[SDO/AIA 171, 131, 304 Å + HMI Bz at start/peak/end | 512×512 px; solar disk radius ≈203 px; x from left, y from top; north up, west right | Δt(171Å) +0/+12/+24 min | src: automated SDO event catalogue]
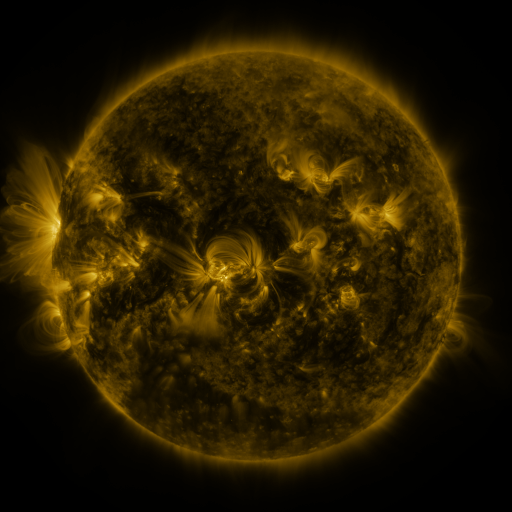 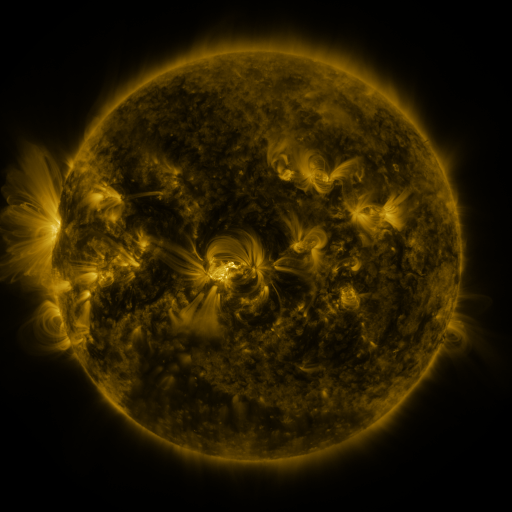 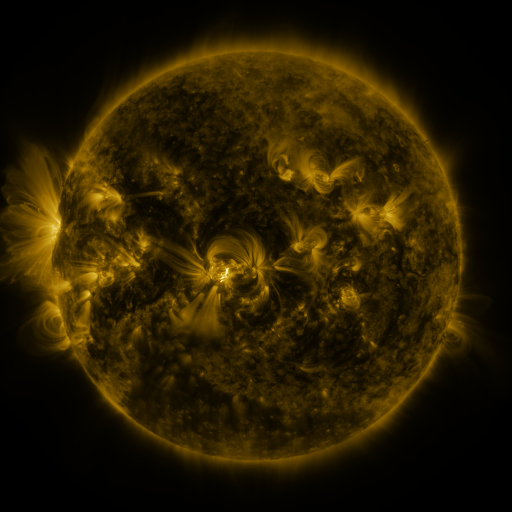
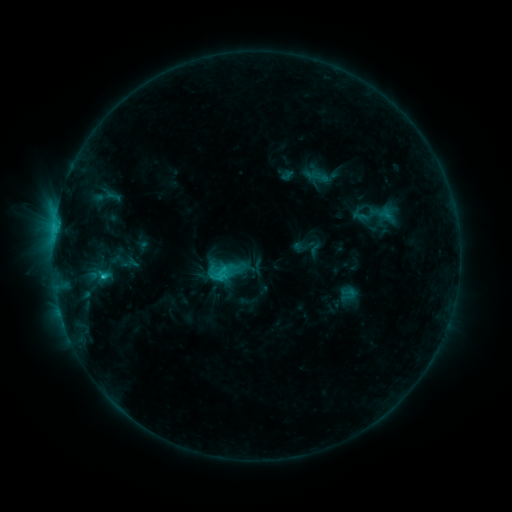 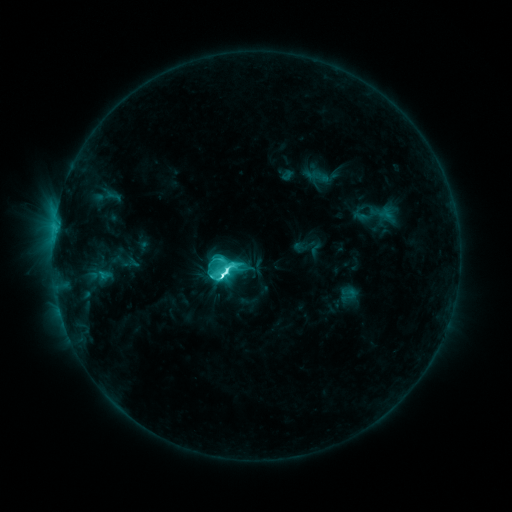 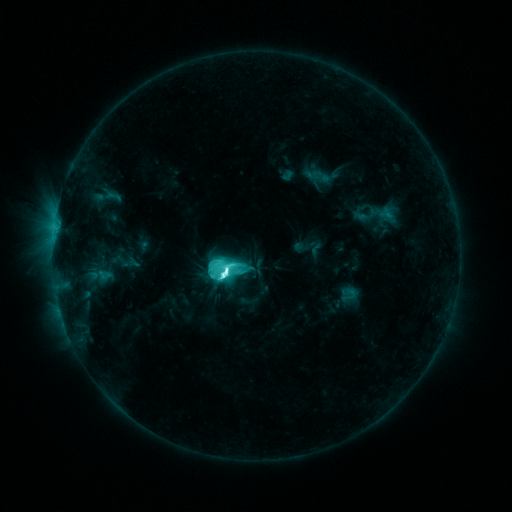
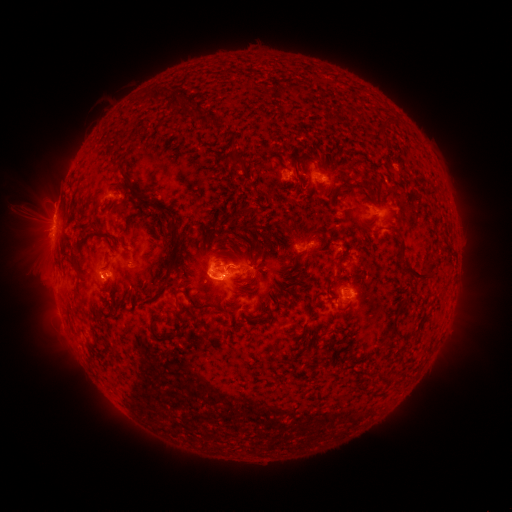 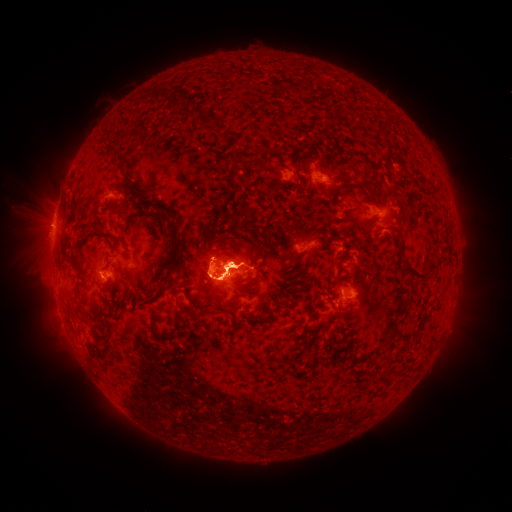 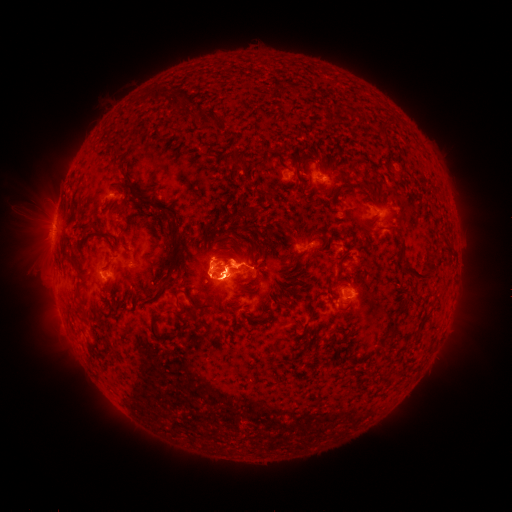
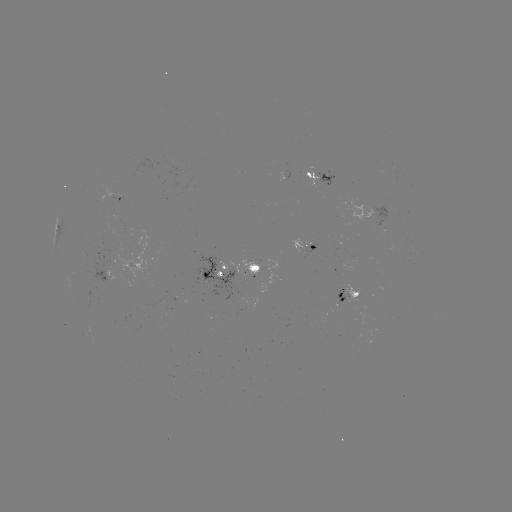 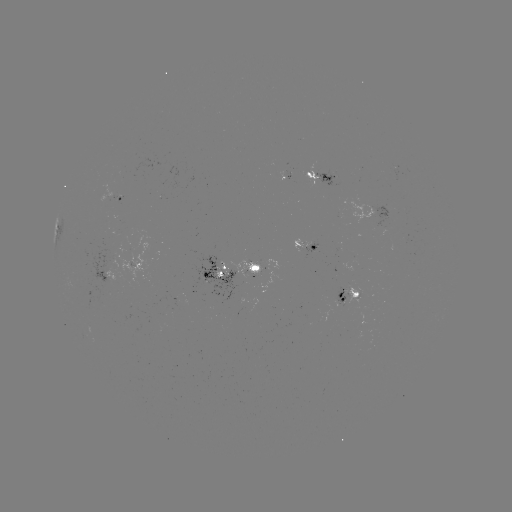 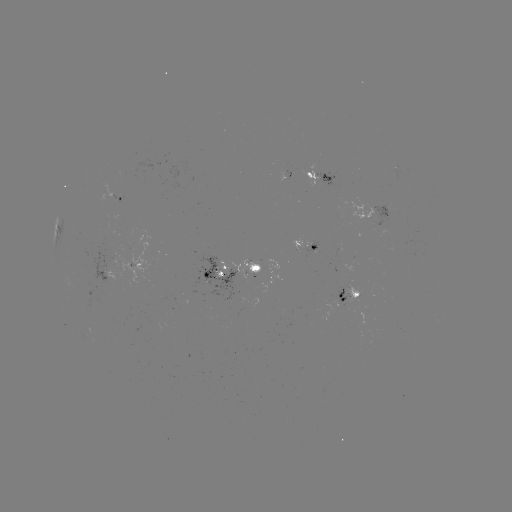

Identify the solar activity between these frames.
eruption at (230, 260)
